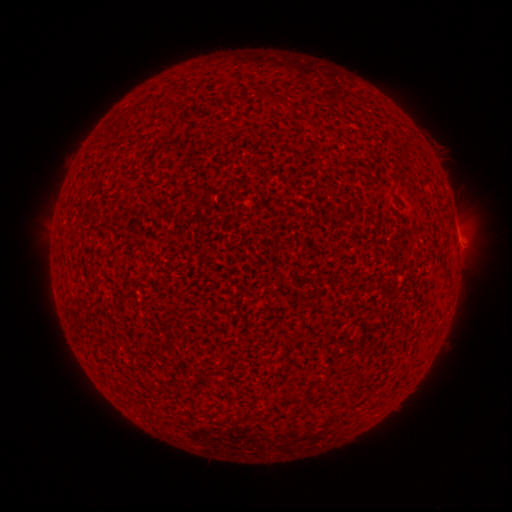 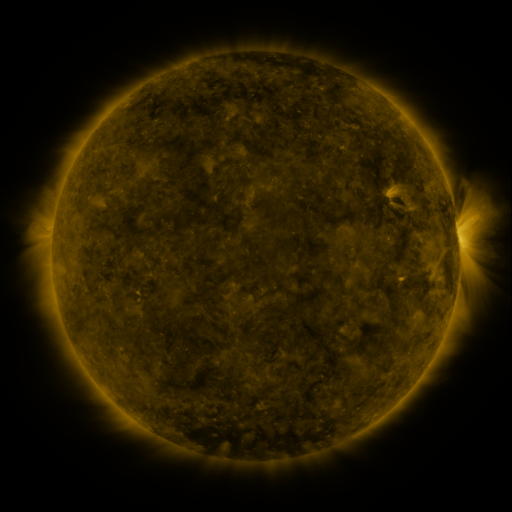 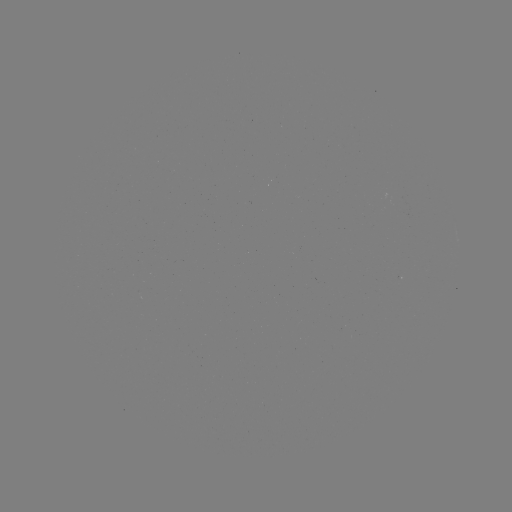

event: spotted active region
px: (458, 241)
